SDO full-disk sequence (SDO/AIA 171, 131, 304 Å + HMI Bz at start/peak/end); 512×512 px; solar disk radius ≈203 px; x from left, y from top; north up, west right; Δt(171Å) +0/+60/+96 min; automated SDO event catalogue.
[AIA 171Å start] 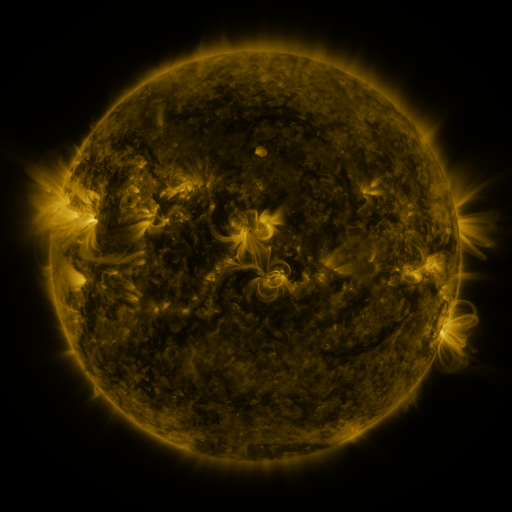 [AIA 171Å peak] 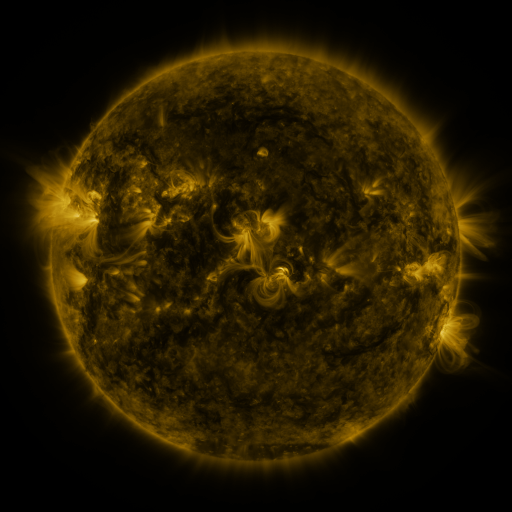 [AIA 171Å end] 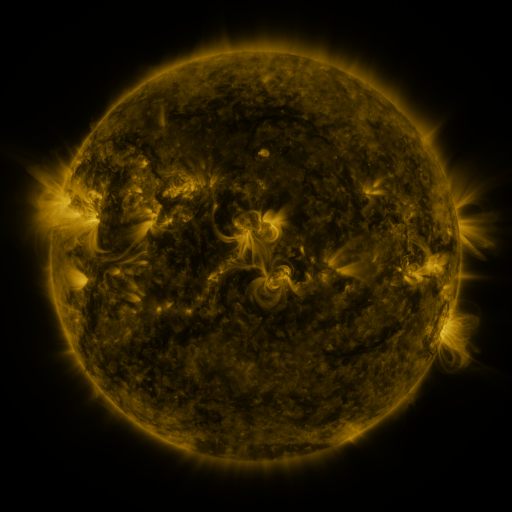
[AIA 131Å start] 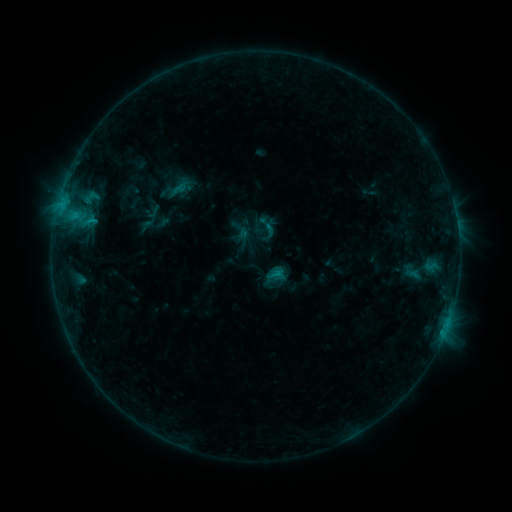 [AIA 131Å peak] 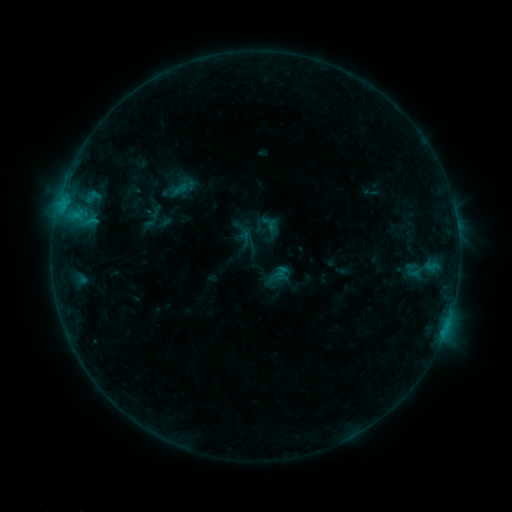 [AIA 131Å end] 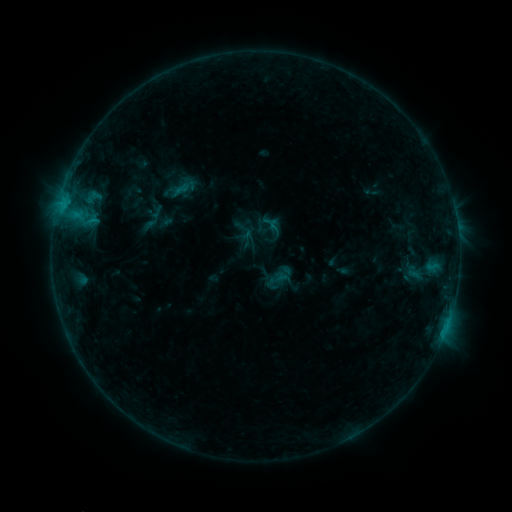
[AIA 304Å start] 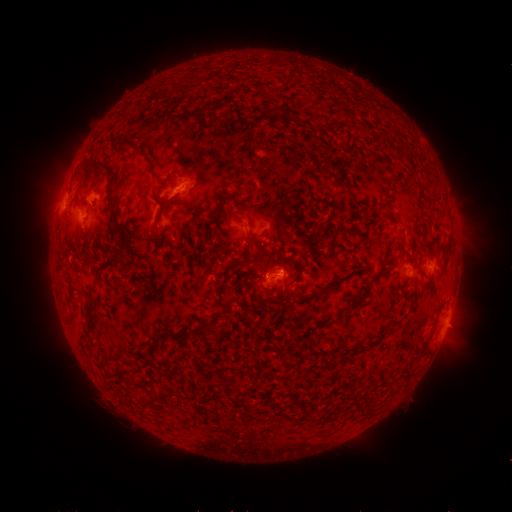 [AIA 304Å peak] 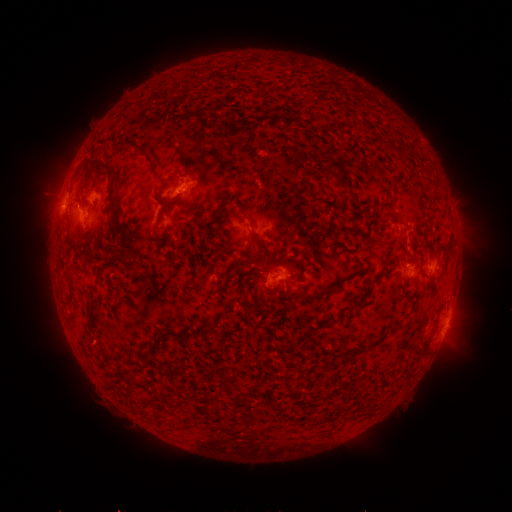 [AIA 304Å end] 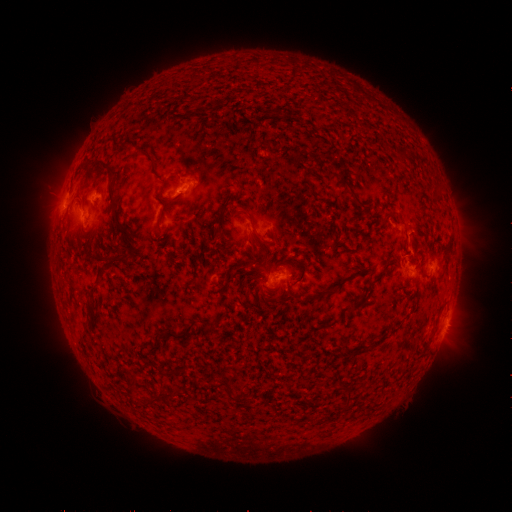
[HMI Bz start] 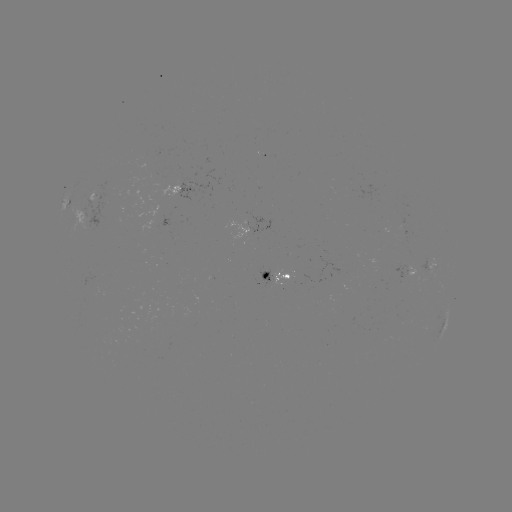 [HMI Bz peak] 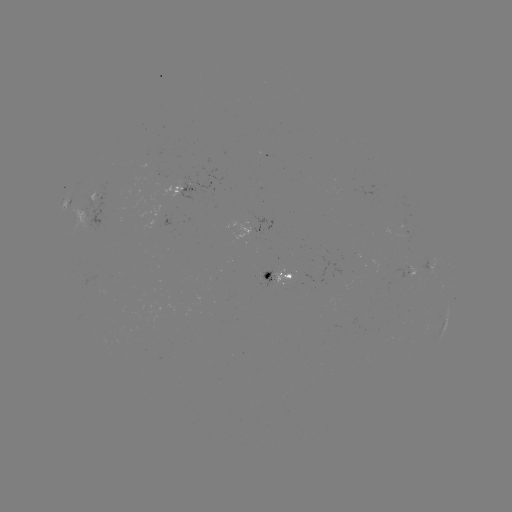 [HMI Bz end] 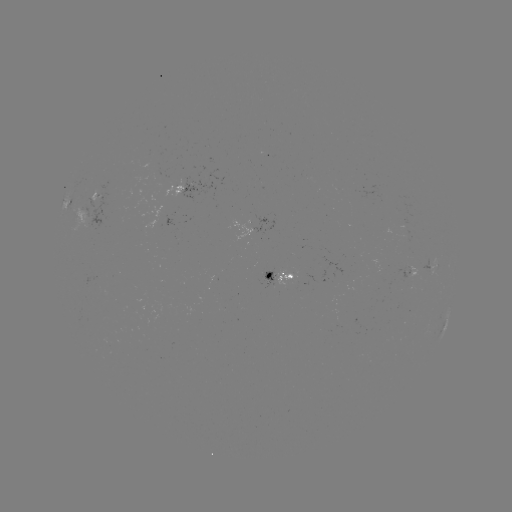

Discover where emerging-flux region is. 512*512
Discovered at (168, 181).